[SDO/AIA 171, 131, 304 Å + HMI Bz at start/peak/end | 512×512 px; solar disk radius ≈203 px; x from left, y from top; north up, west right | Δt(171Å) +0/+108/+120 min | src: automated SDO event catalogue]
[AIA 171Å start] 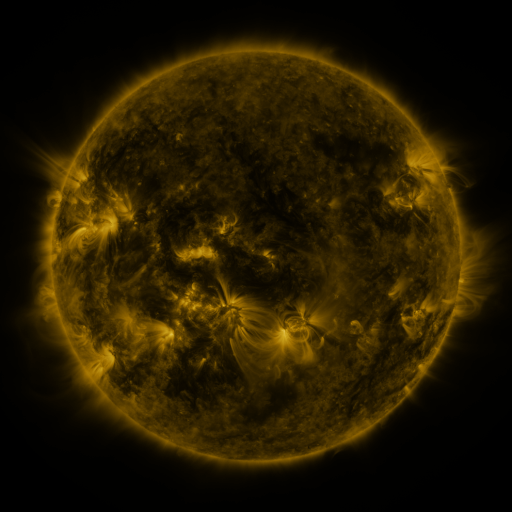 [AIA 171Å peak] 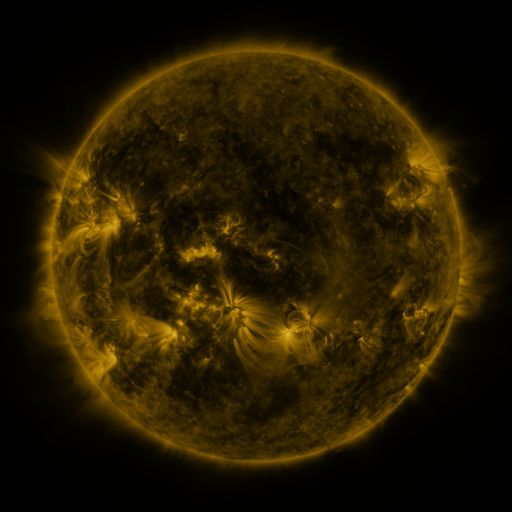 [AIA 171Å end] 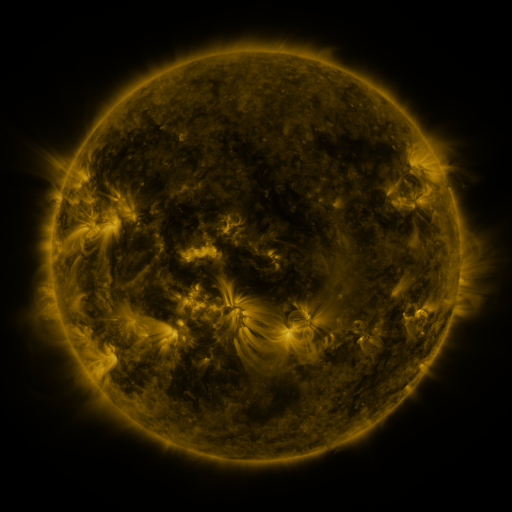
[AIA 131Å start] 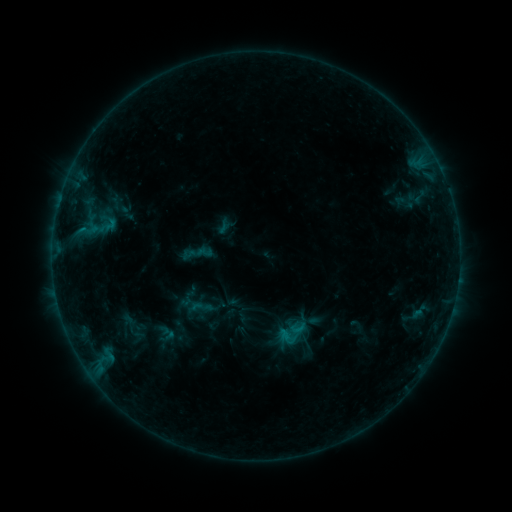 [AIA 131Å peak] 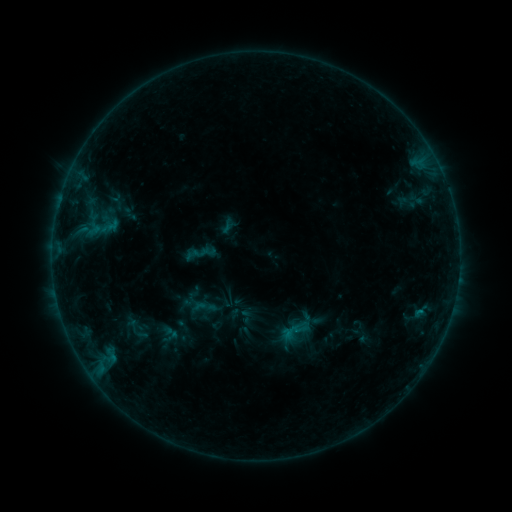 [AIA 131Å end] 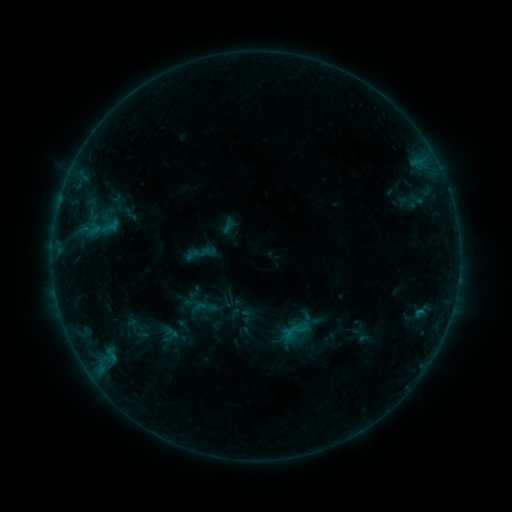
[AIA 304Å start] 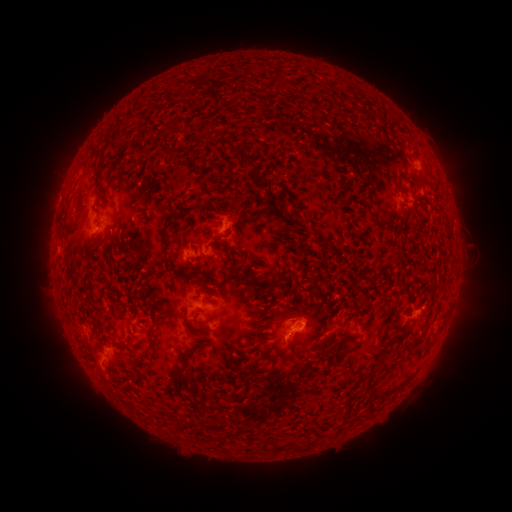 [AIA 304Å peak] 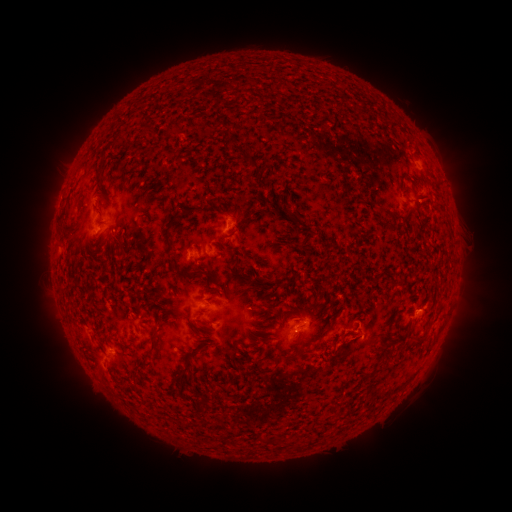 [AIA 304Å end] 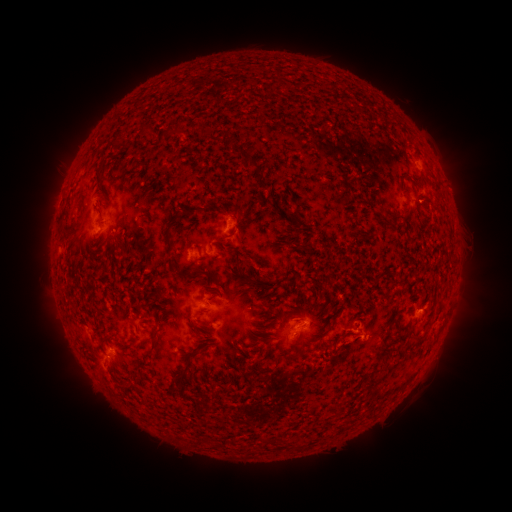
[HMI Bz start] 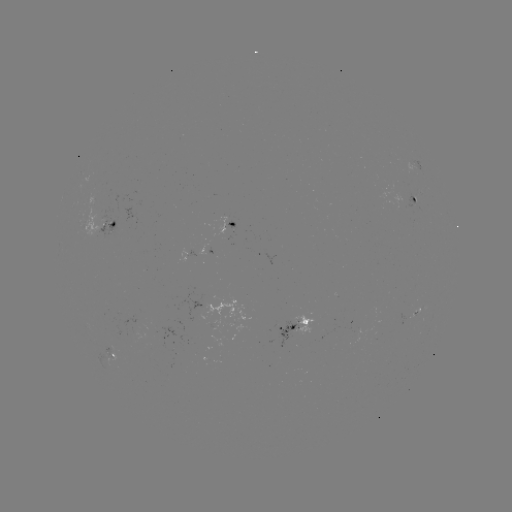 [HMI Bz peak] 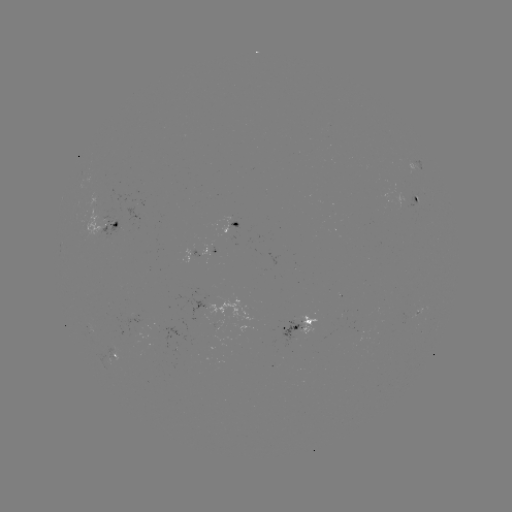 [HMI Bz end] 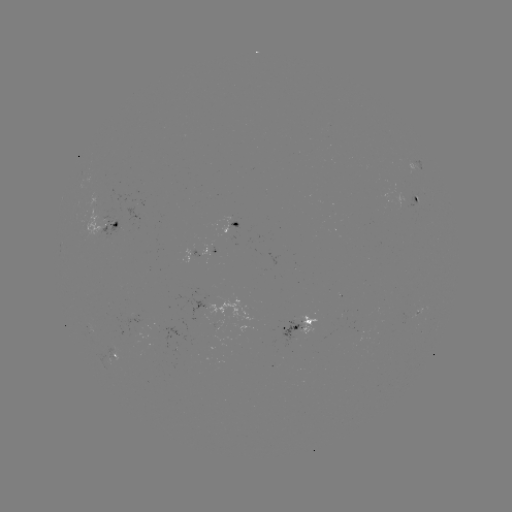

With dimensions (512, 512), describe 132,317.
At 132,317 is emerging-flux region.